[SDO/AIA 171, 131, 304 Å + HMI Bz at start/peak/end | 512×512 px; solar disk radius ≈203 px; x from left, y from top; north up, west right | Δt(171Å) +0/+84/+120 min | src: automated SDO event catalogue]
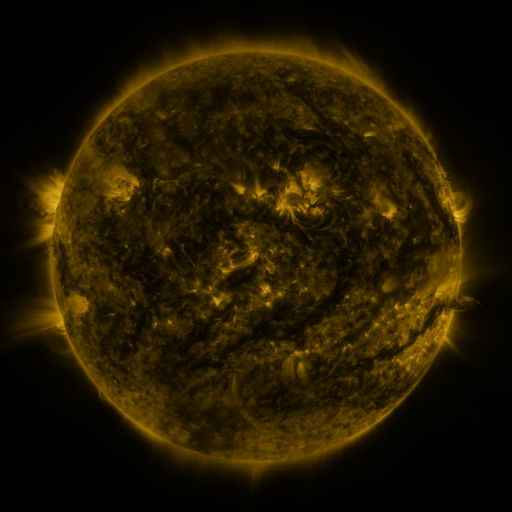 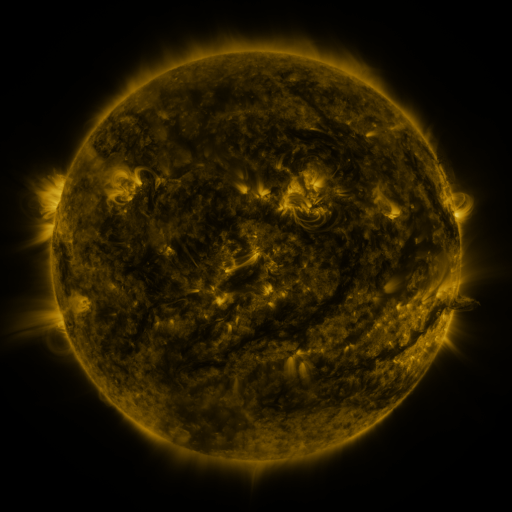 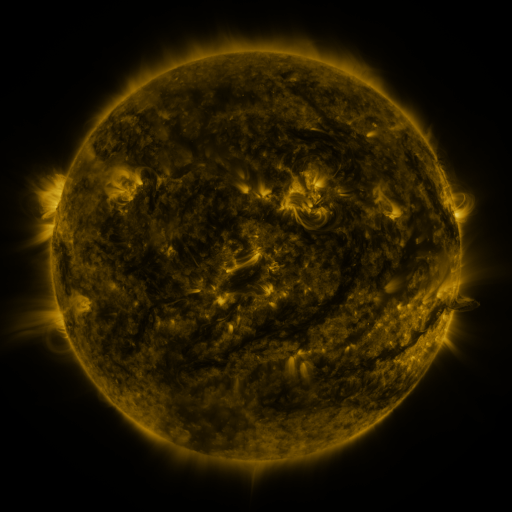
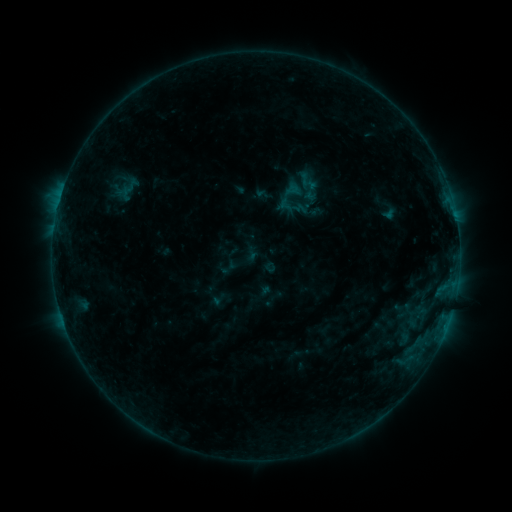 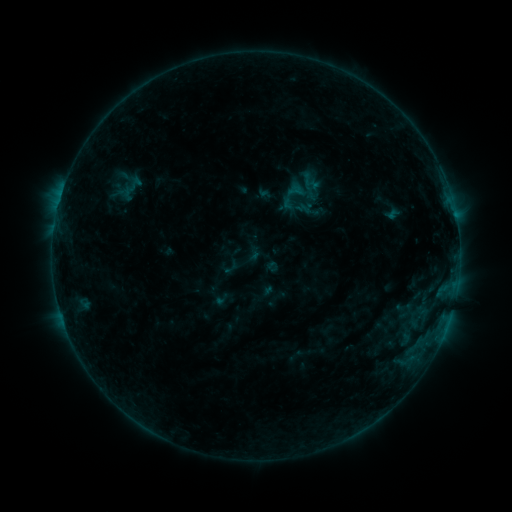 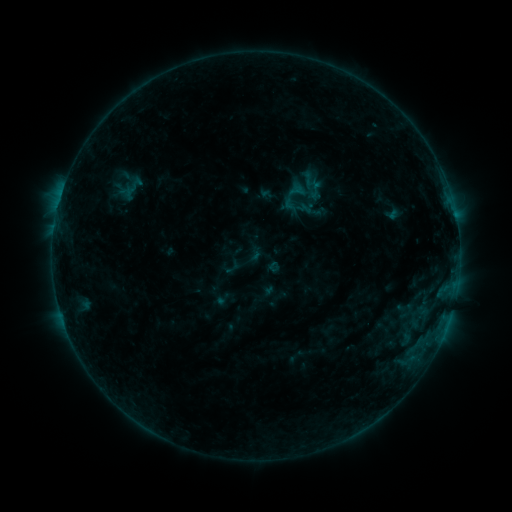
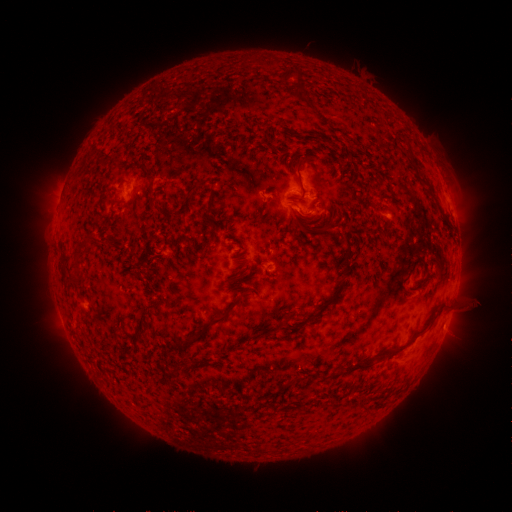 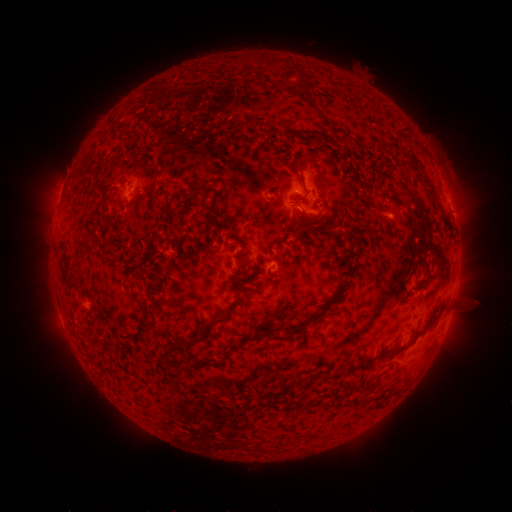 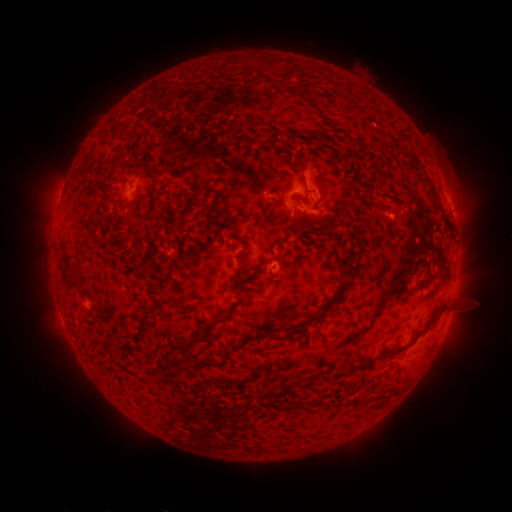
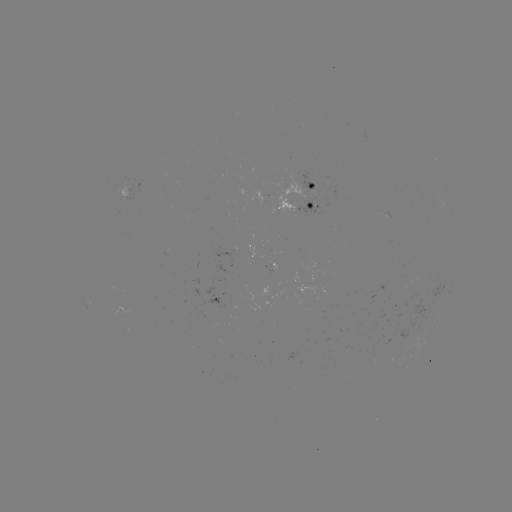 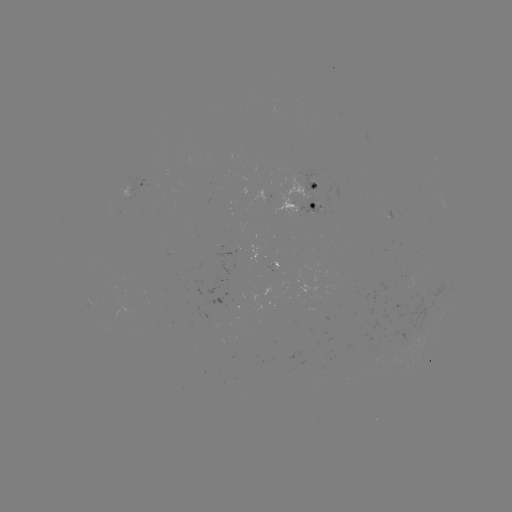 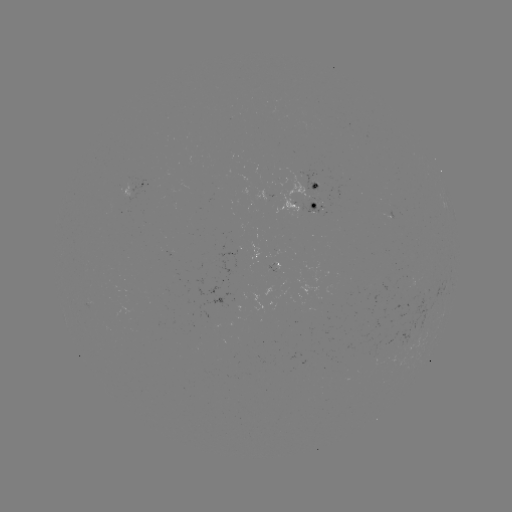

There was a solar emerging-flux region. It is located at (301, 196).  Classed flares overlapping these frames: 1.